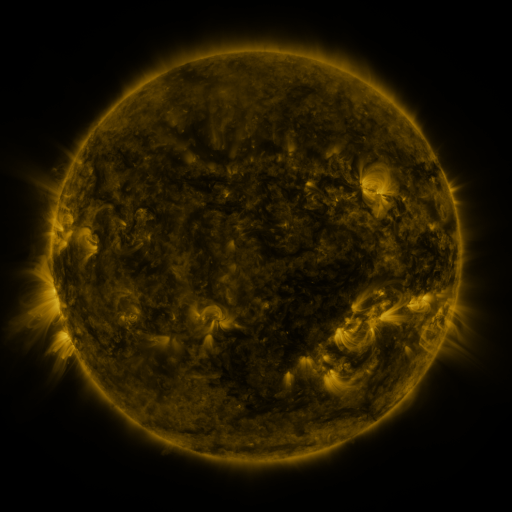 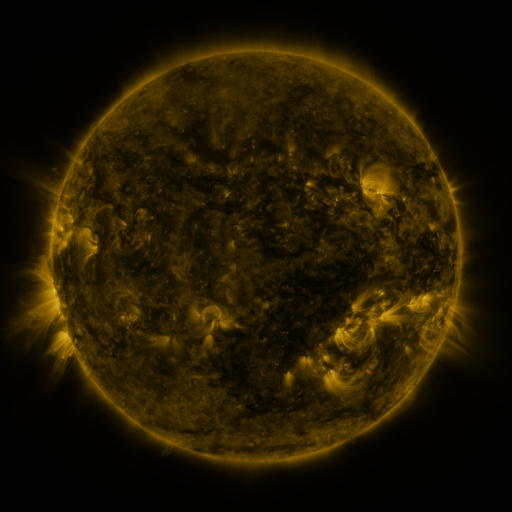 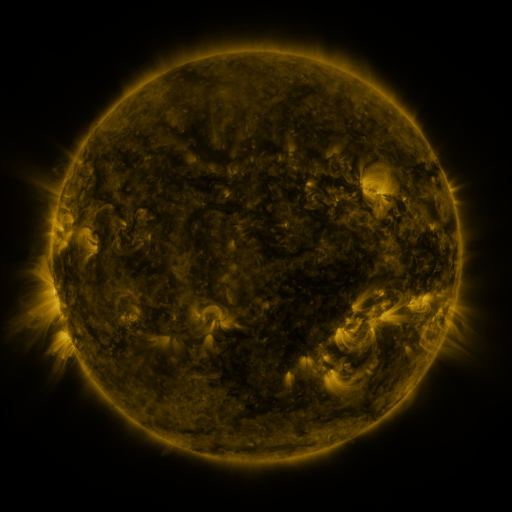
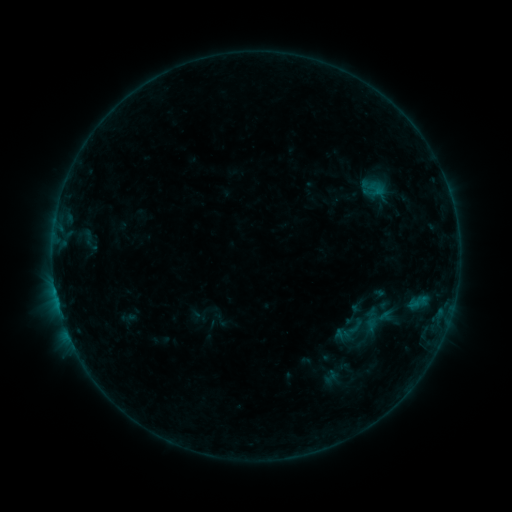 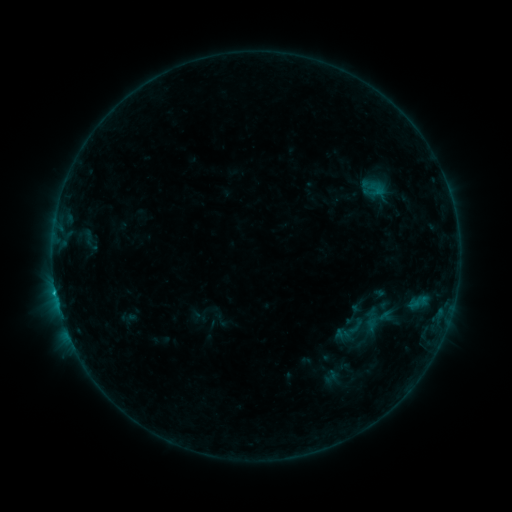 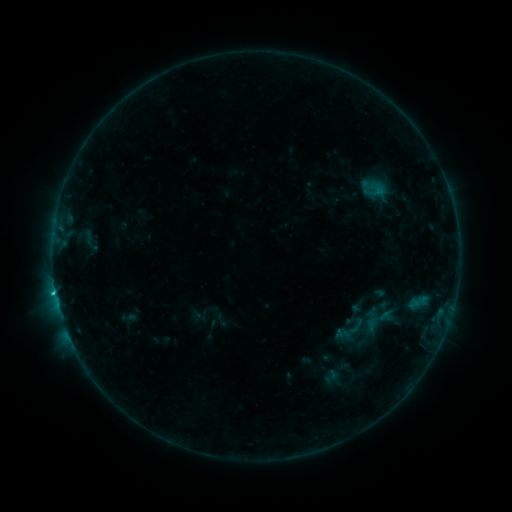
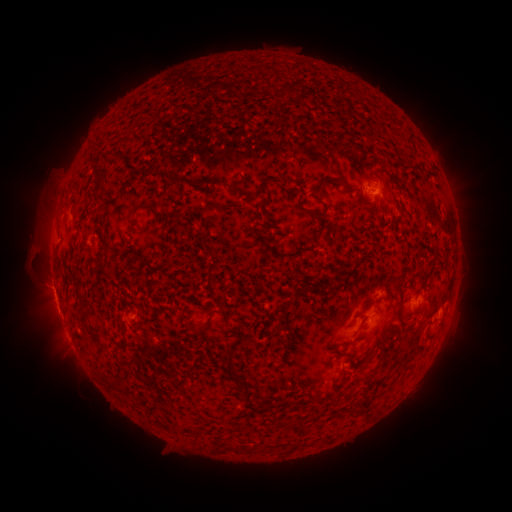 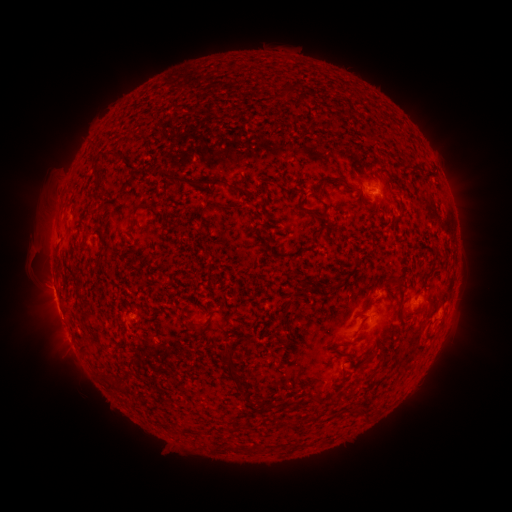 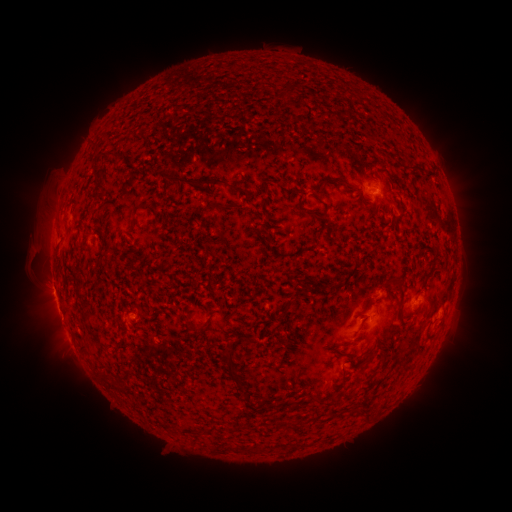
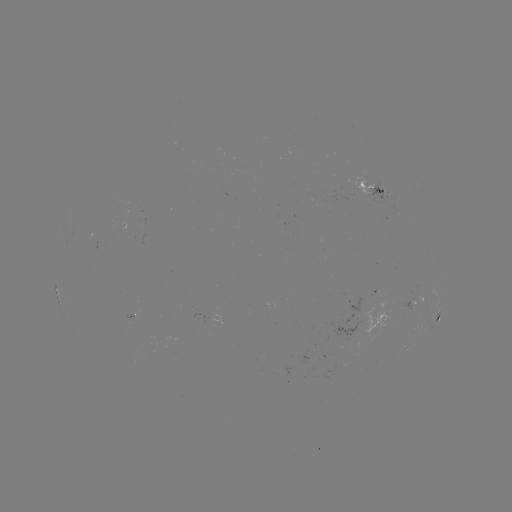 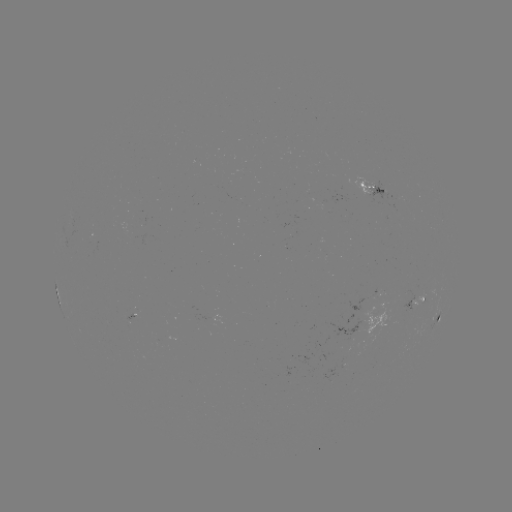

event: flare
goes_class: C1.2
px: (55, 291)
